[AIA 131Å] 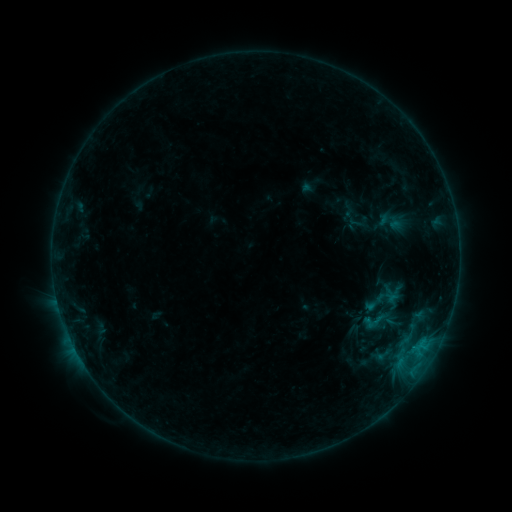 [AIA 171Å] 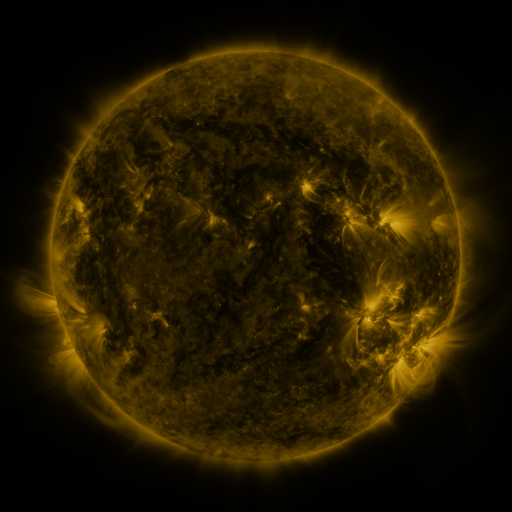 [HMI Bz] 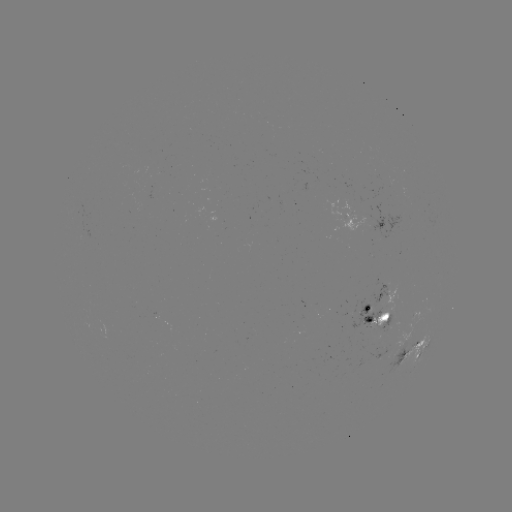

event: sigmoid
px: (375, 320)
